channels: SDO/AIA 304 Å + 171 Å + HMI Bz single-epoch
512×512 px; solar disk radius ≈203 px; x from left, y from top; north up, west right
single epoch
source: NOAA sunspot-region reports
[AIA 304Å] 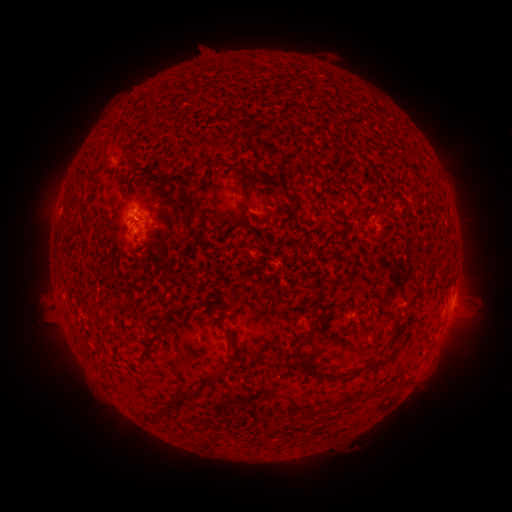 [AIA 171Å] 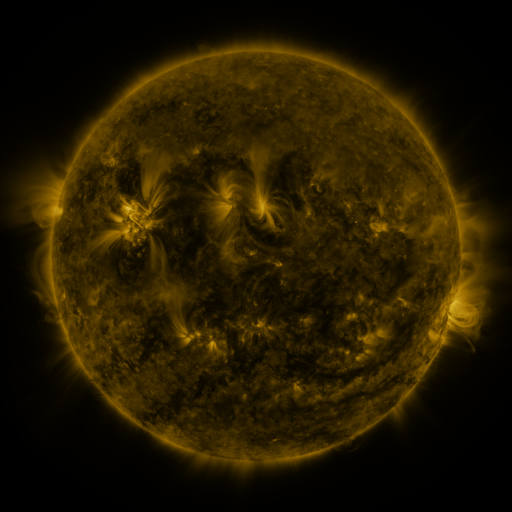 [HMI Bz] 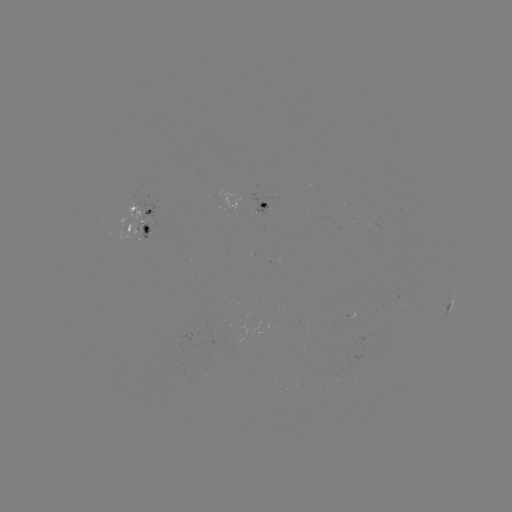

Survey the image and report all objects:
spotted active region: (262, 206)
spotted active region: (139, 209)
spotted active region: (140, 230)
spotted active region: (451, 302)
